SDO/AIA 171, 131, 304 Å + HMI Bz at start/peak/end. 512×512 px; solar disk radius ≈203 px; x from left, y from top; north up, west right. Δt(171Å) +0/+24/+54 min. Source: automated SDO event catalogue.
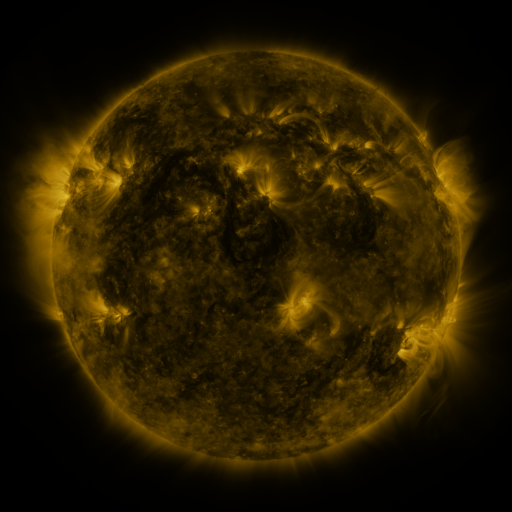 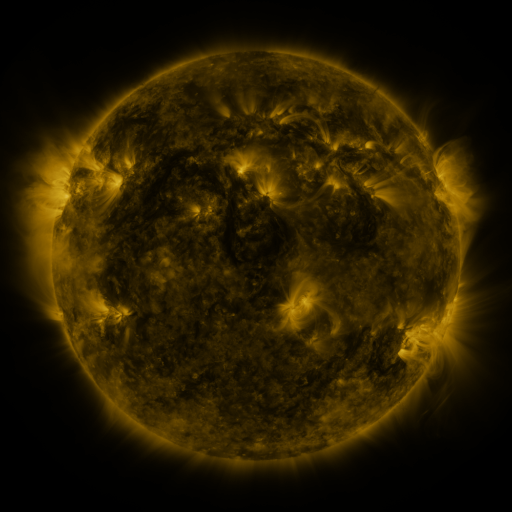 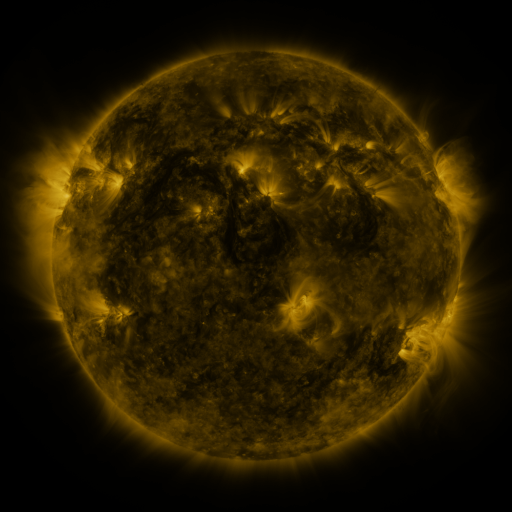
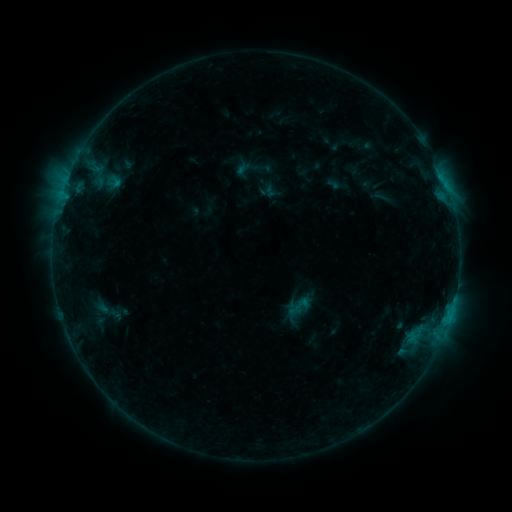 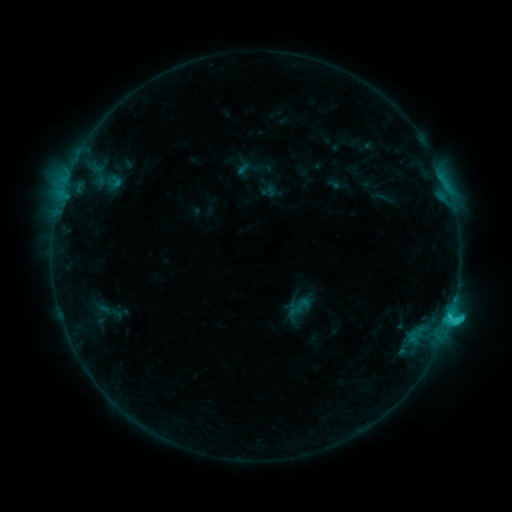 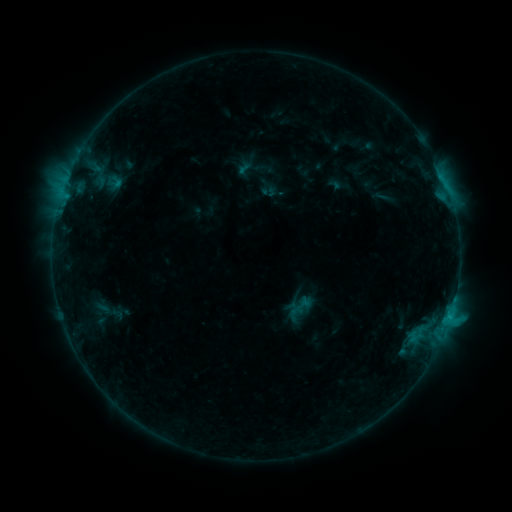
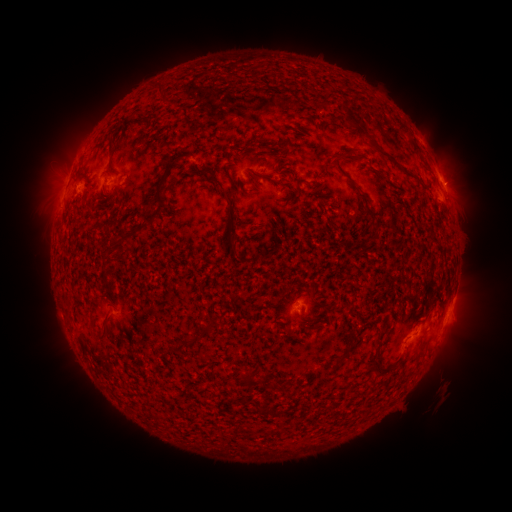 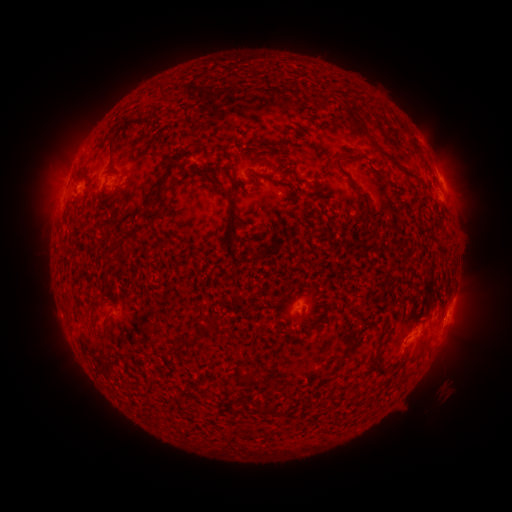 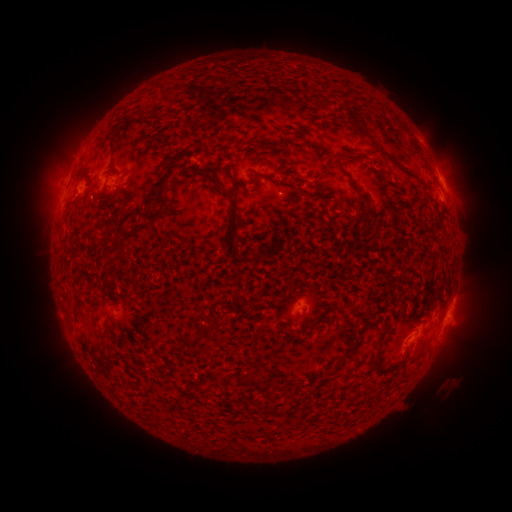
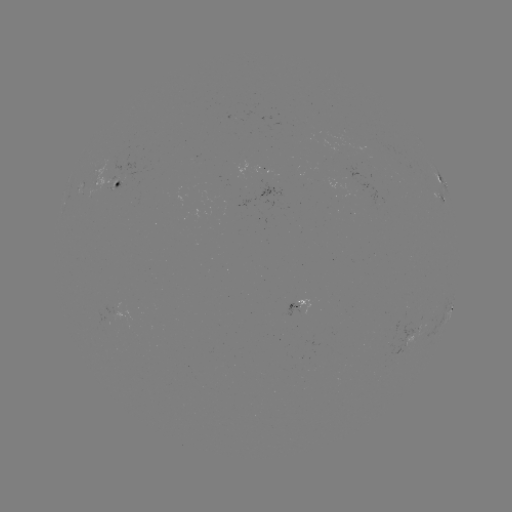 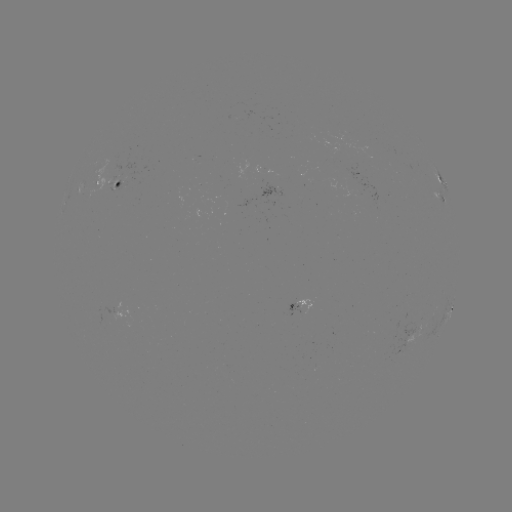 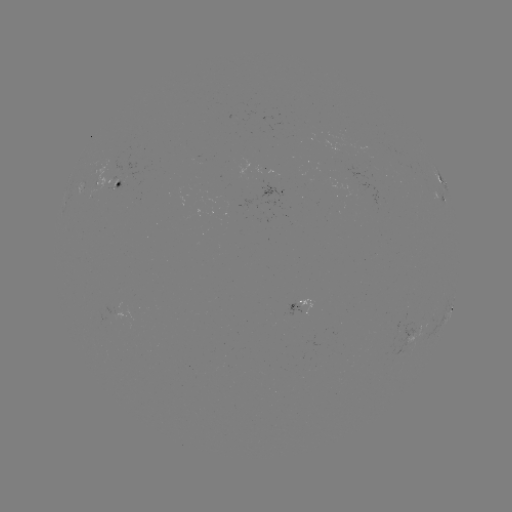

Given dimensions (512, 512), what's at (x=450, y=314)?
C1.6 flare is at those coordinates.